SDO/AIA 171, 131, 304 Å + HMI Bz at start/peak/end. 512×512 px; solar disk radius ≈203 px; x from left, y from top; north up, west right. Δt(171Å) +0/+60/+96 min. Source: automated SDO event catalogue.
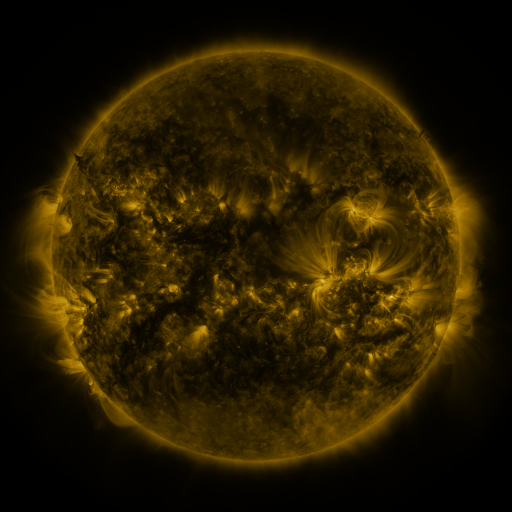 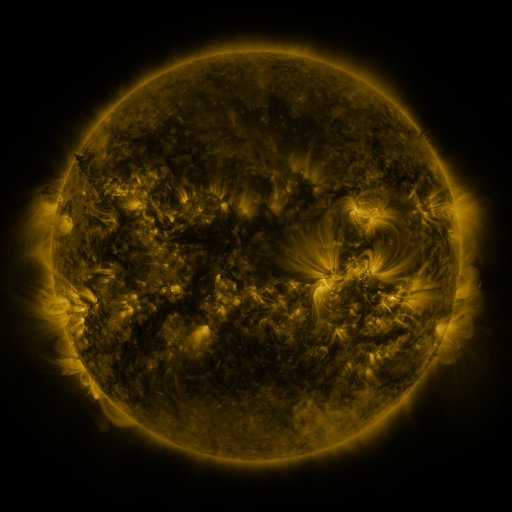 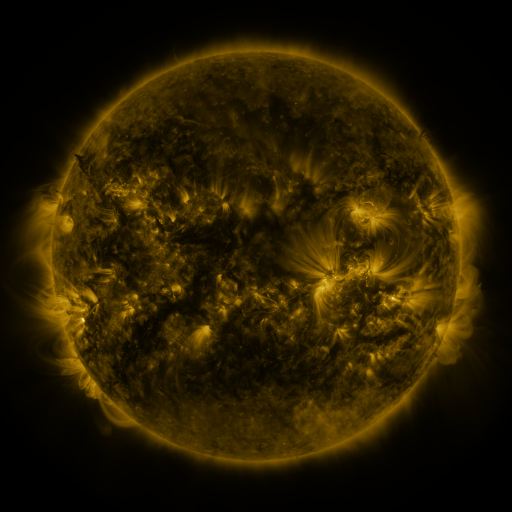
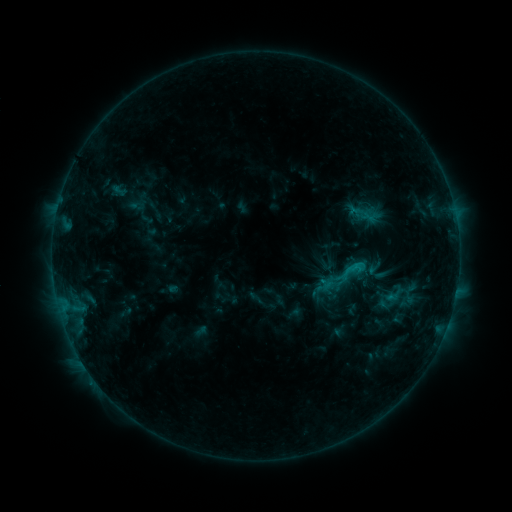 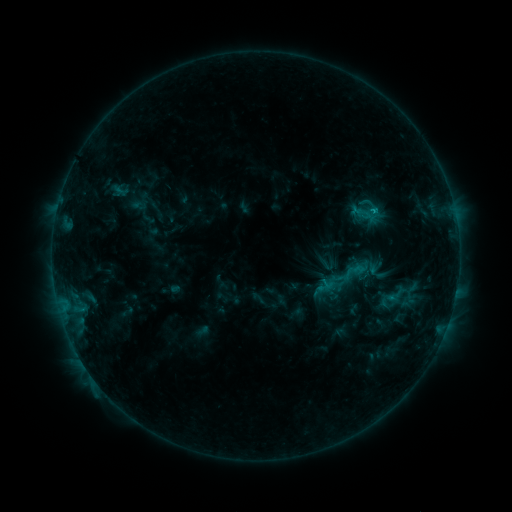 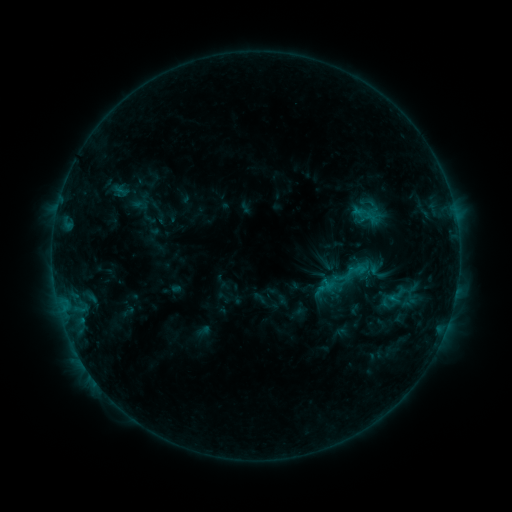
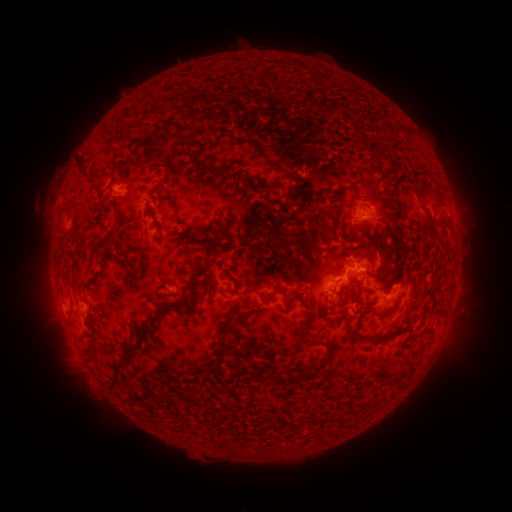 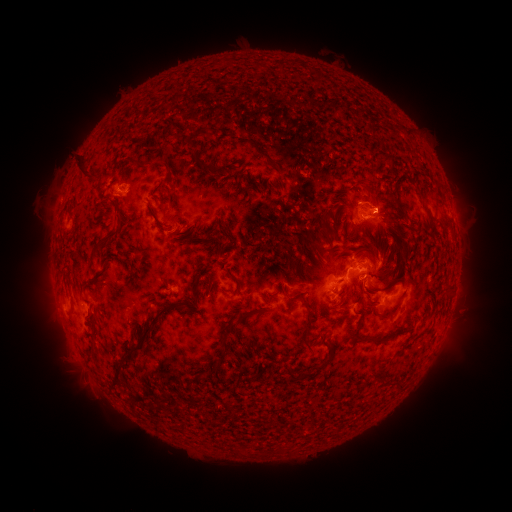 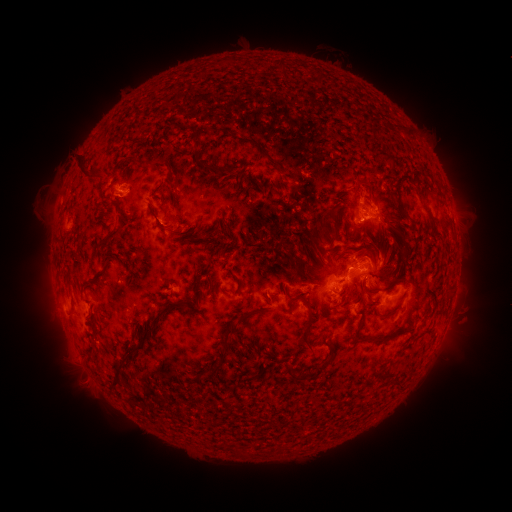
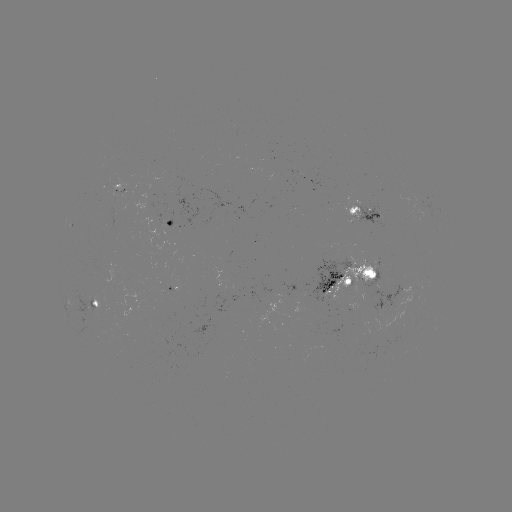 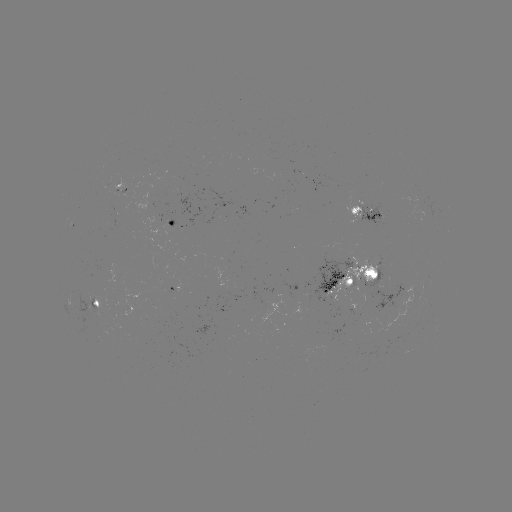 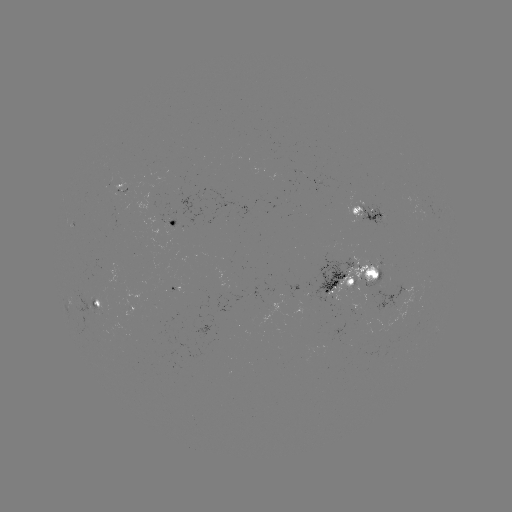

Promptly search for emerging-flux region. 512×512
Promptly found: (358, 293).